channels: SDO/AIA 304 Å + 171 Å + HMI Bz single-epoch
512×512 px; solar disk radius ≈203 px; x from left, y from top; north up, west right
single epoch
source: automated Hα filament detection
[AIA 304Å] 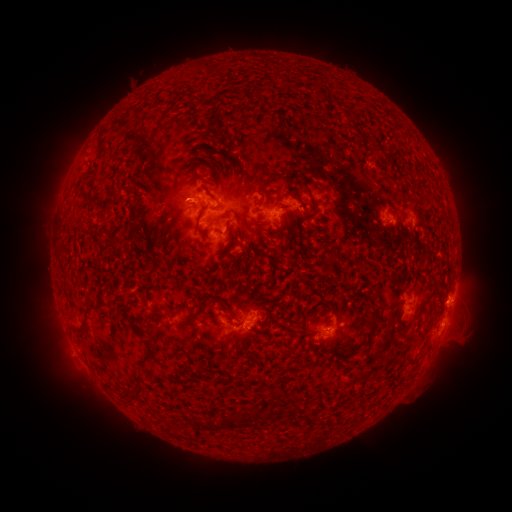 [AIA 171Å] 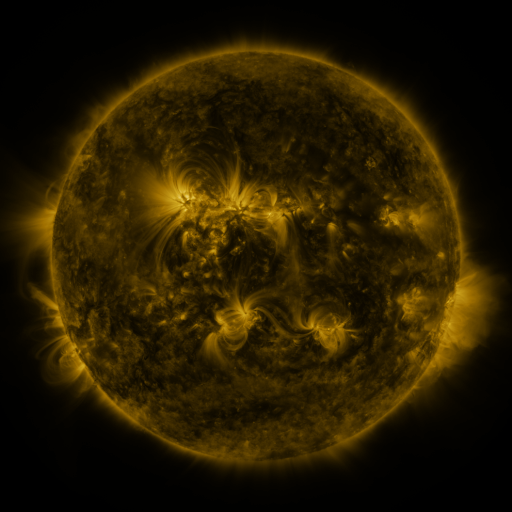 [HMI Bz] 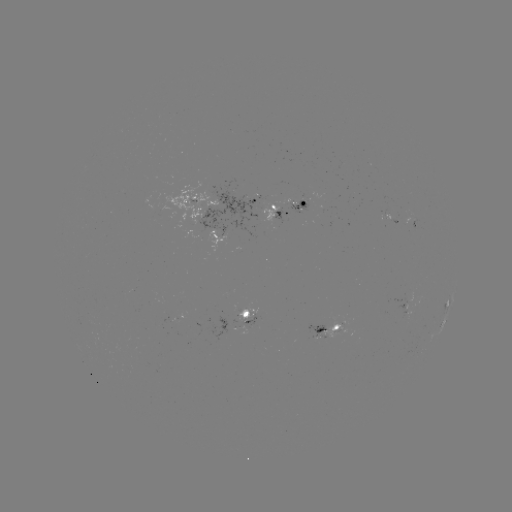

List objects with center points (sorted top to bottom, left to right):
filament: <bbox>122, 183, 132, 190</bbox>
filament: <bbox>195, 203, 209, 233</bbox>
filament: <bbox>147, 209, 155, 220</bbox>
filament: <bbox>110, 234, 123, 243</bbox>
filament: <bbox>90, 303, 101, 311</bbox>
filament: <bbox>367, 308, 381, 321</bbox>
filament: <bbox>140, 343, 154, 361</bbox>
filament: <bbox>129, 382, 142, 399</bbox>
